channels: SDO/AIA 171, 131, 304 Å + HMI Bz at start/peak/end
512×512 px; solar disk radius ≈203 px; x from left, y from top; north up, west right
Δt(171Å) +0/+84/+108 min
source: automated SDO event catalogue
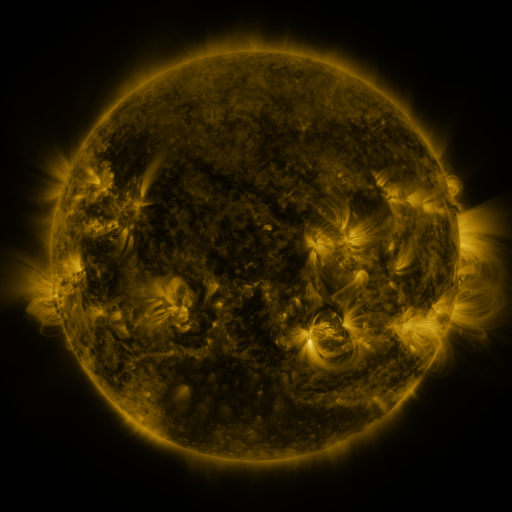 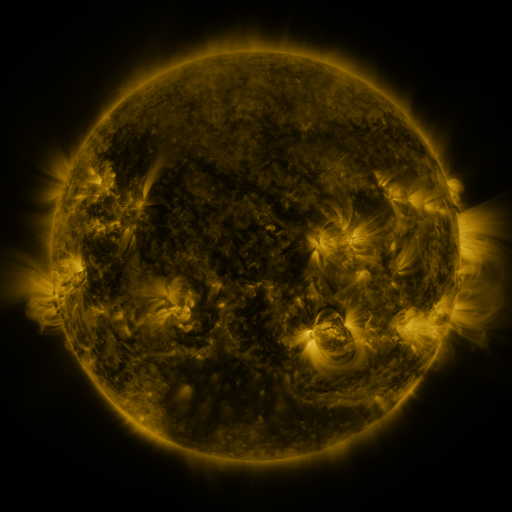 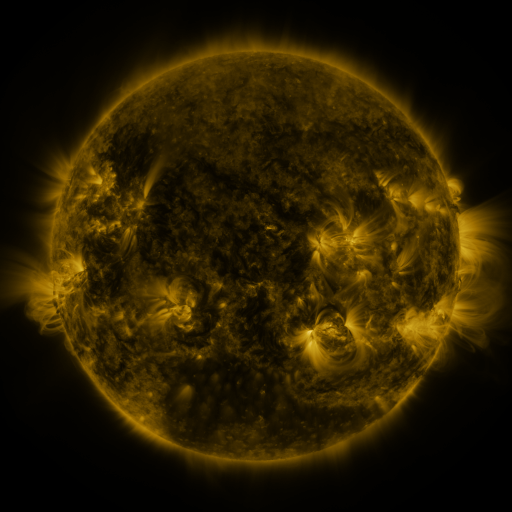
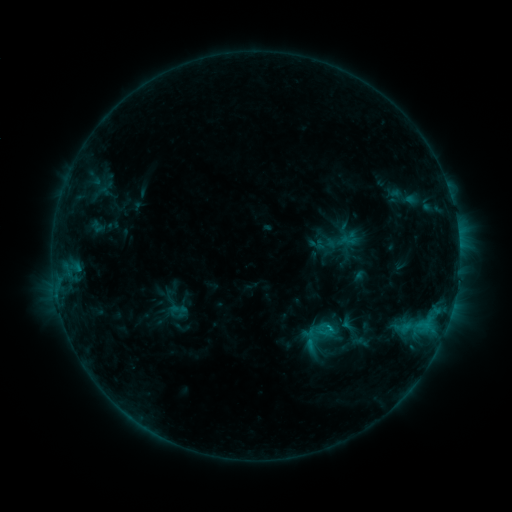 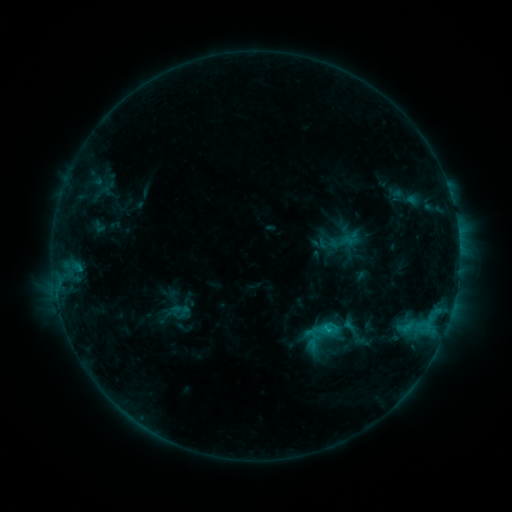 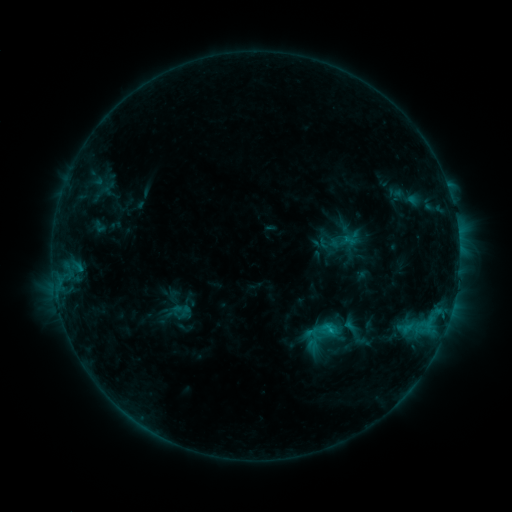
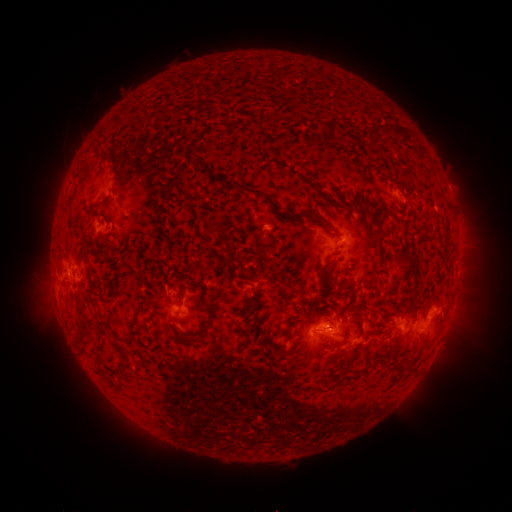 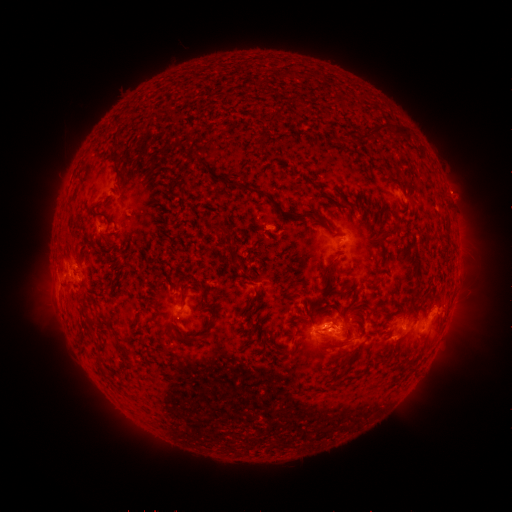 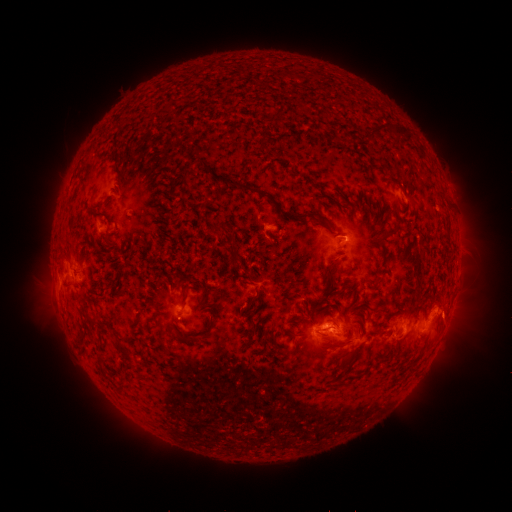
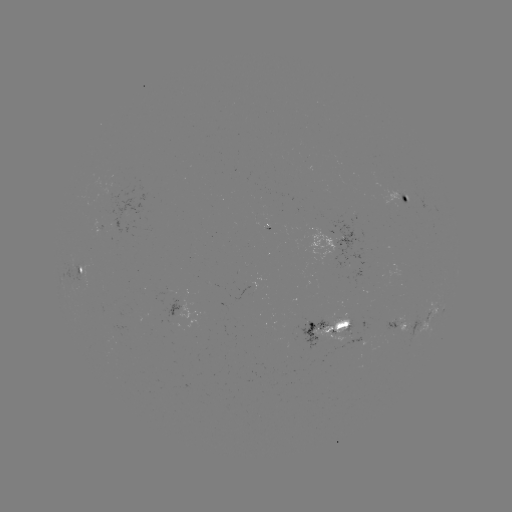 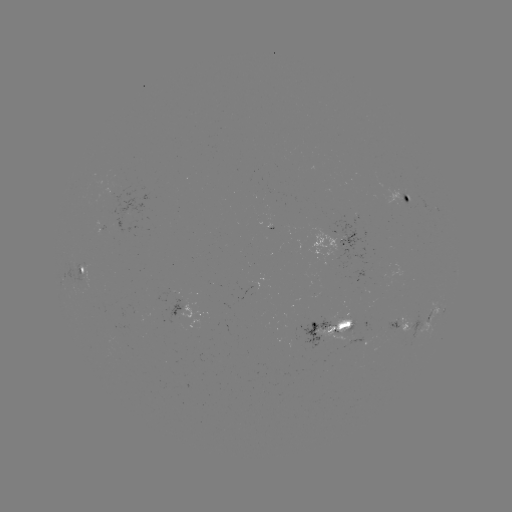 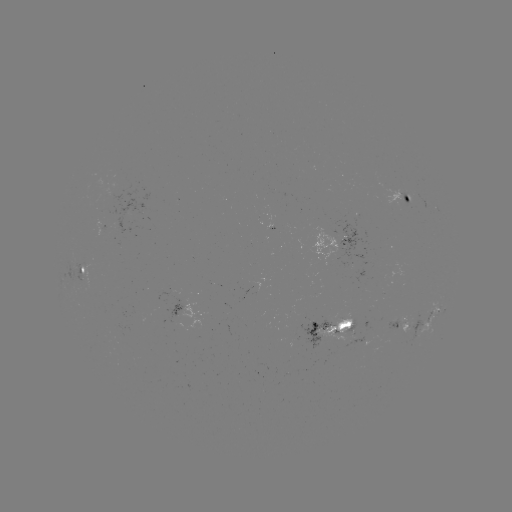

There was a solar emerging-flux region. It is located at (408, 197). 